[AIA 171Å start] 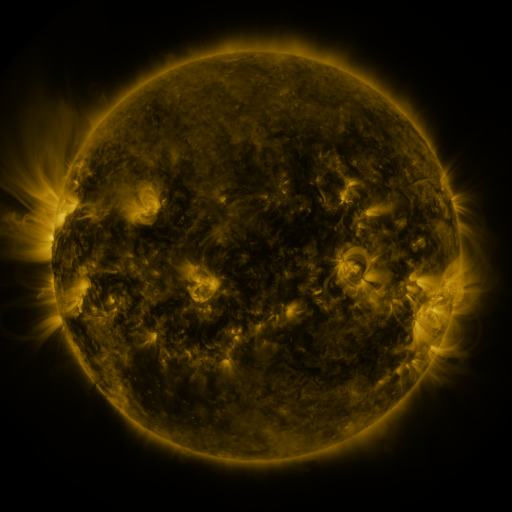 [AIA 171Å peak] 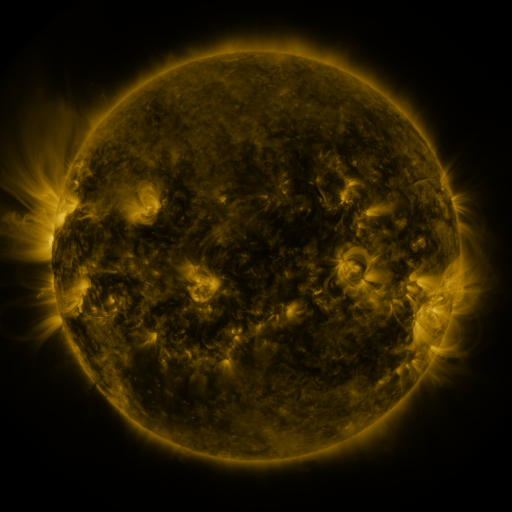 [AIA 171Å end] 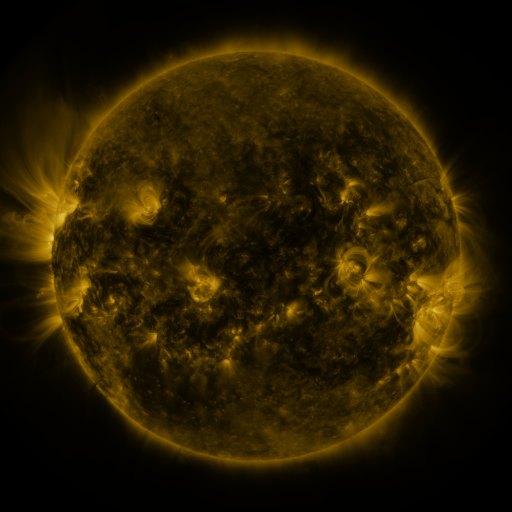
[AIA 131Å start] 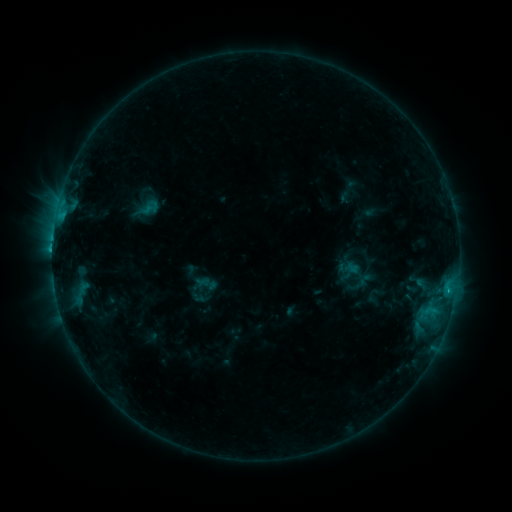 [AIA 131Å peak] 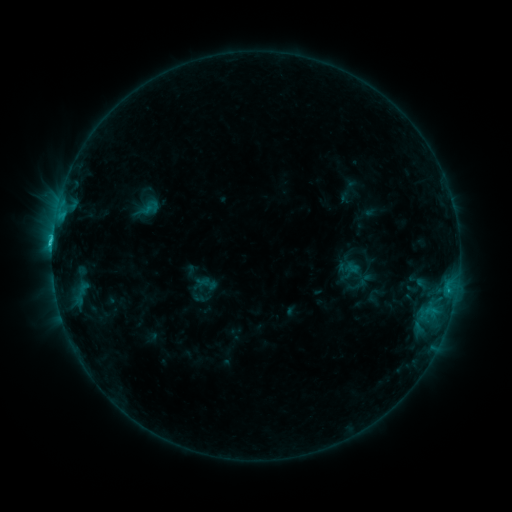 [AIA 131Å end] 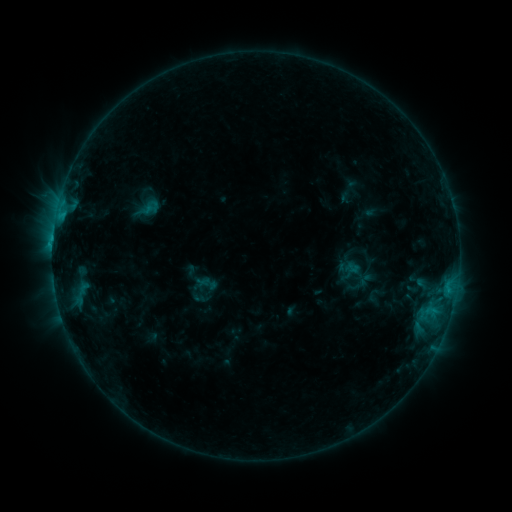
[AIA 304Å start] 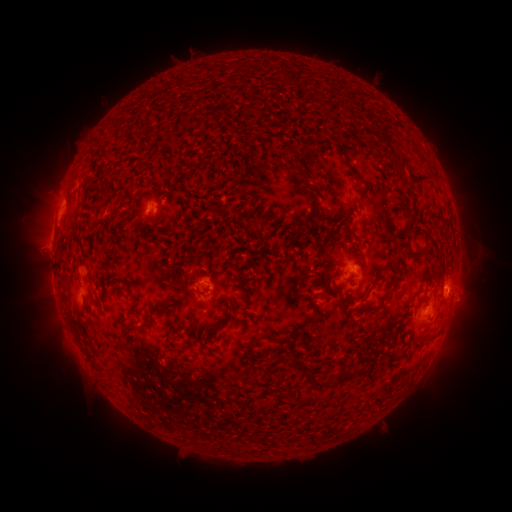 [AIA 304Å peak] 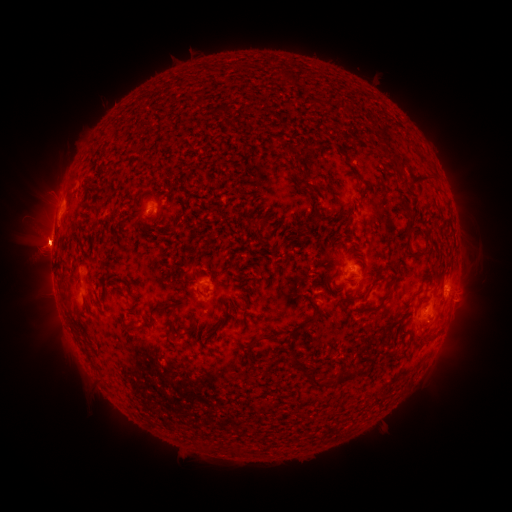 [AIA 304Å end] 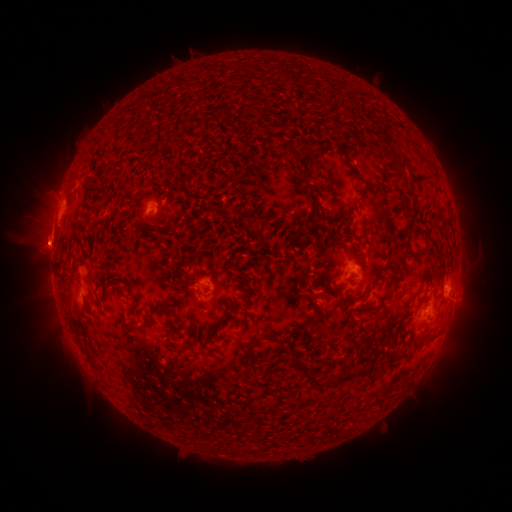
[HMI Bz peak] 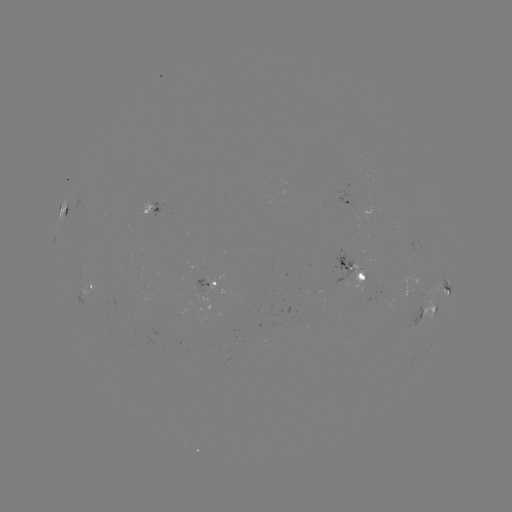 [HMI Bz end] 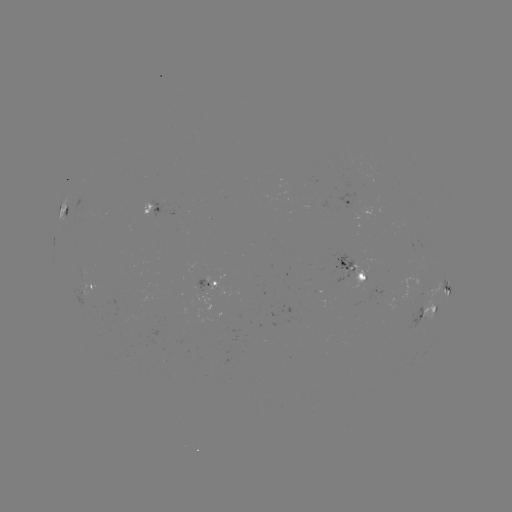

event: eruption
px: (45, 247)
